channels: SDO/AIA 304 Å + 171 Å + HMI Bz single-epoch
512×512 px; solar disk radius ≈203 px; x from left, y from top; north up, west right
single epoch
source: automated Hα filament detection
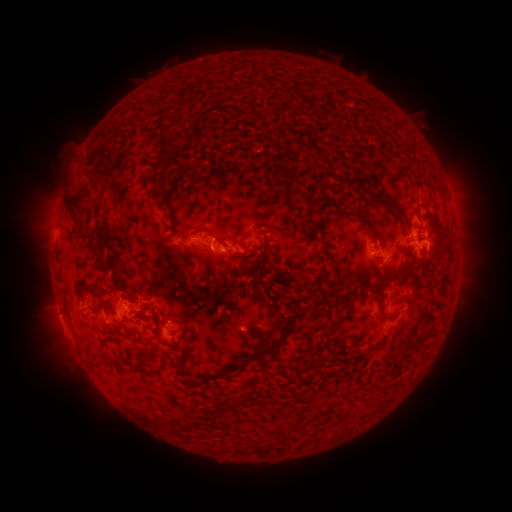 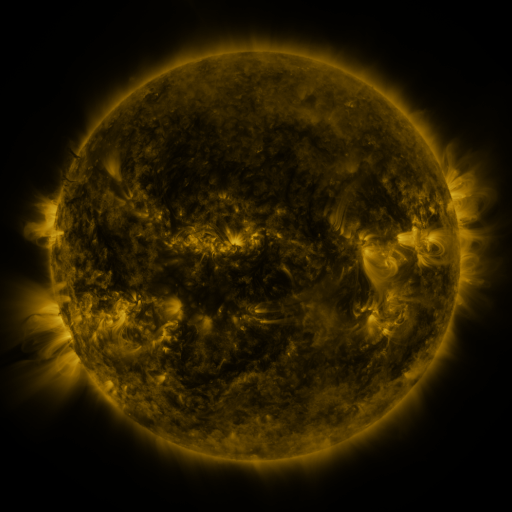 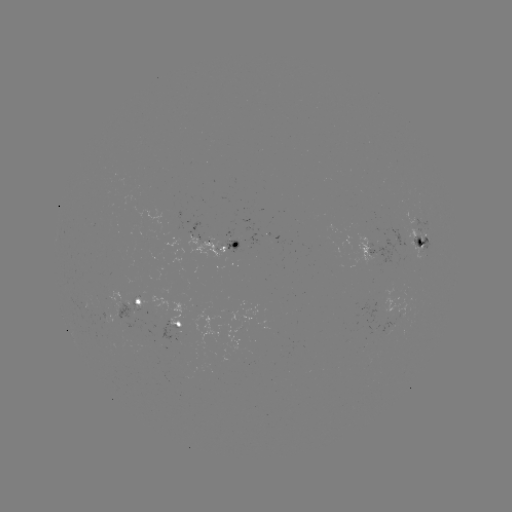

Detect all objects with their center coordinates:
filament: (186, 125, 206, 140)
filament: (157, 133, 169, 147)
filament: (268, 140, 278, 153)
filament: (150, 150, 172, 199)
filament: (269, 161, 289, 185)
filament: (363, 189, 401, 213)
filament: (62, 194, 83, 218)
filament: (160, 200, 173, 224)
filament: (286, 202, 300, 211)
filament: (353, 207, 381, 241)
filament: (295, 219, 307, 228)
filament: (190, 222, 224, 245)
filament: (304, 232, 335, 253)
filament: (263, 239, 273, 249)
filament: (93, 245, 106, 261)
filament: (387, 265, 406, 278)
filament: (258, 268, 267, 279)
filament: (323, 268, 334, 275)
filament: (371, 283, 394, 318)
filament: (82, 284, 105, 303)
filament: (221, 298, 300, 376)
filament: (397, 313, 406, 325)
filament: (176, 347, 188, 368)
filament: (108, 357, 119, 368)
filament: (217, 392, 252, 409)
